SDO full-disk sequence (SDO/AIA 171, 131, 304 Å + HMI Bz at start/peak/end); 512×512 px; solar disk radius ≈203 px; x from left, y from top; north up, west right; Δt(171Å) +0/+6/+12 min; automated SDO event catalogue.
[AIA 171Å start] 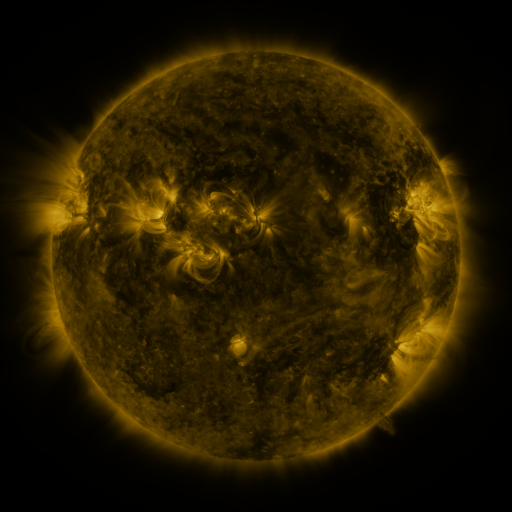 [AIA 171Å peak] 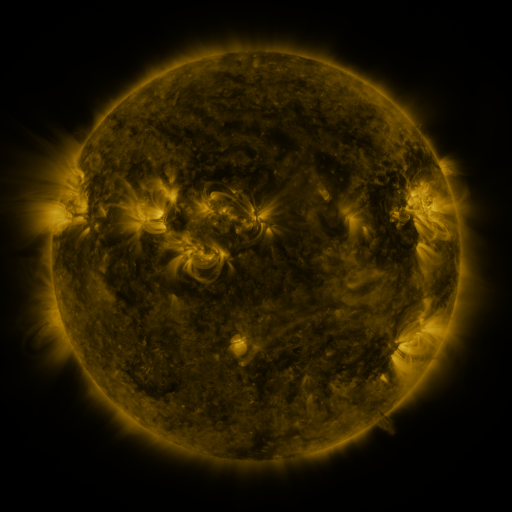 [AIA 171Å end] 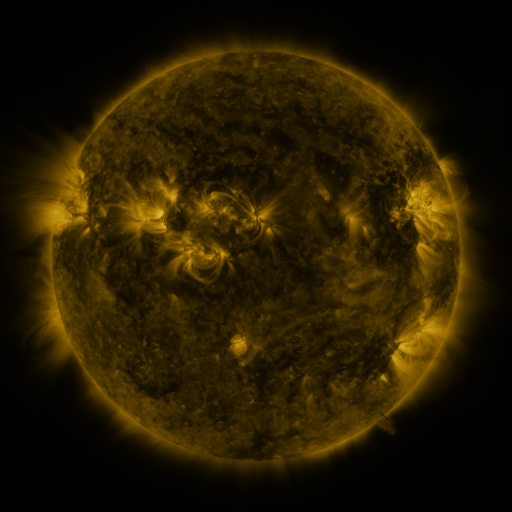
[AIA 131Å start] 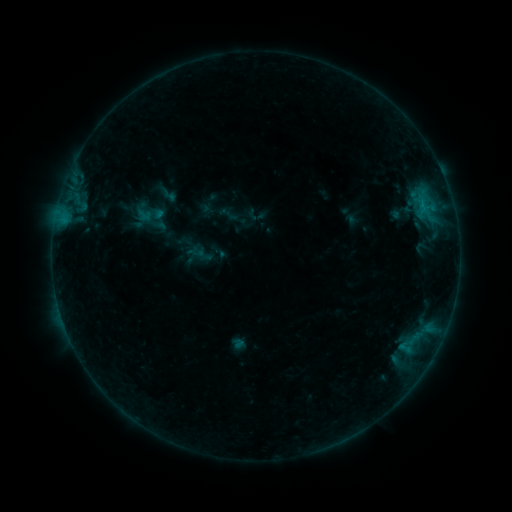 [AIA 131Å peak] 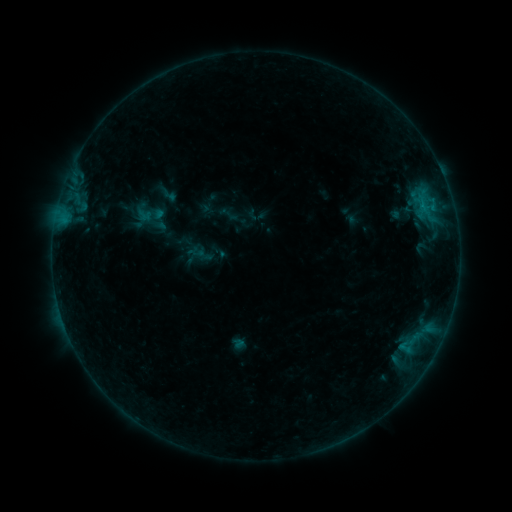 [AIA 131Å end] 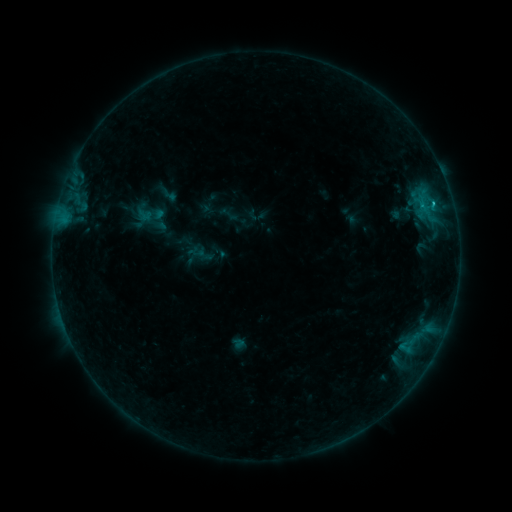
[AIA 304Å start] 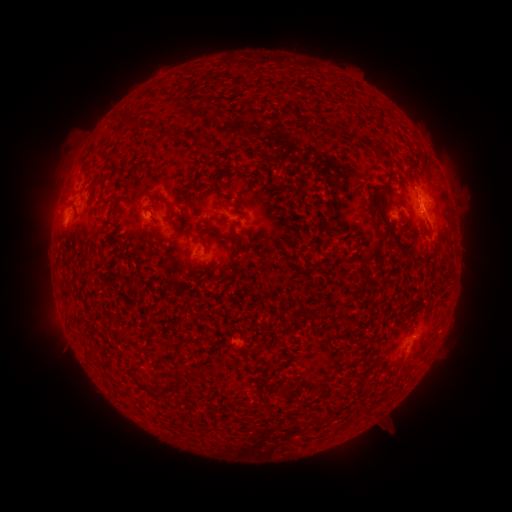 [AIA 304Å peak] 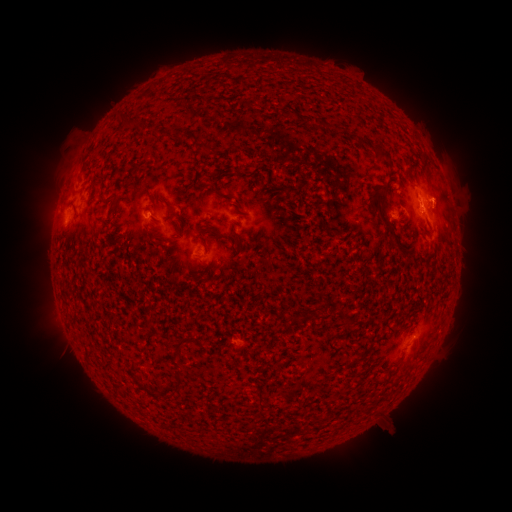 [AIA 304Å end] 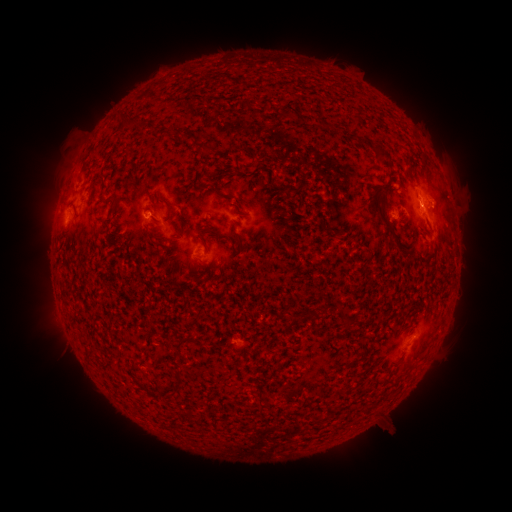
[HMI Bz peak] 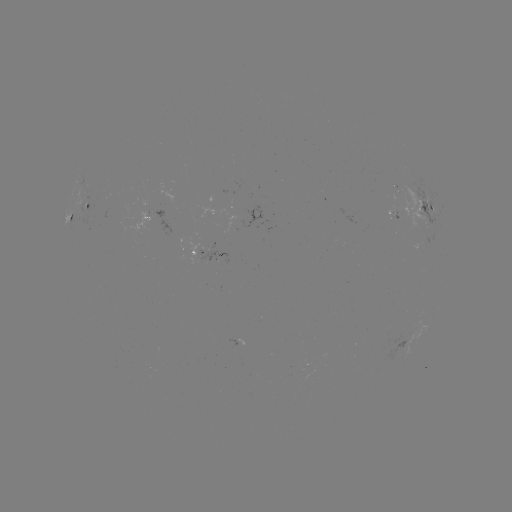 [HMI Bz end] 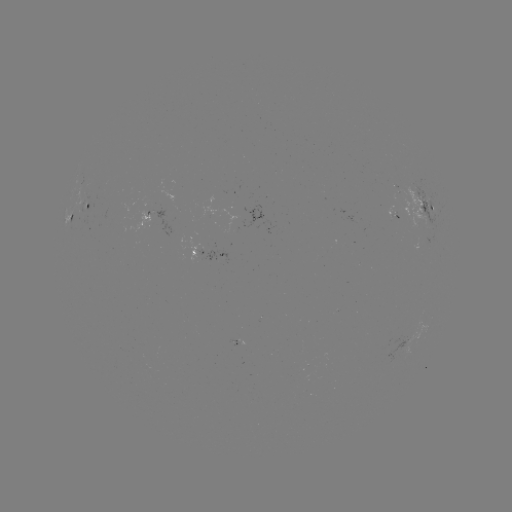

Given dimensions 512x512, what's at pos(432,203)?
B7.6 flare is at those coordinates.